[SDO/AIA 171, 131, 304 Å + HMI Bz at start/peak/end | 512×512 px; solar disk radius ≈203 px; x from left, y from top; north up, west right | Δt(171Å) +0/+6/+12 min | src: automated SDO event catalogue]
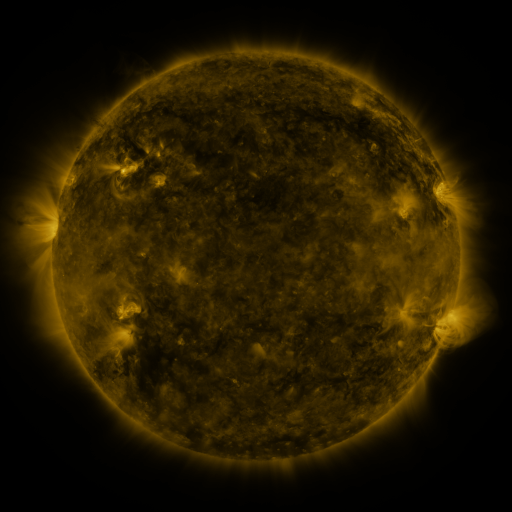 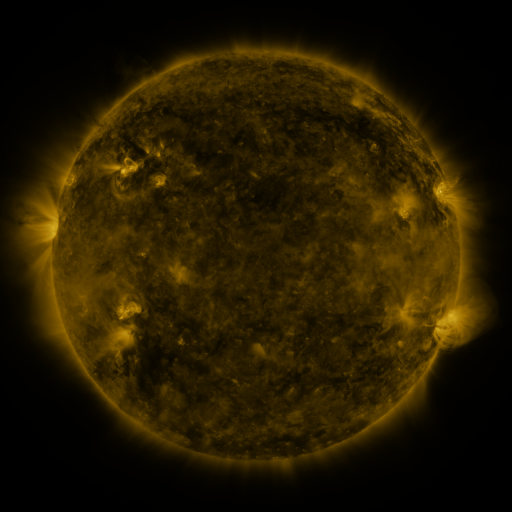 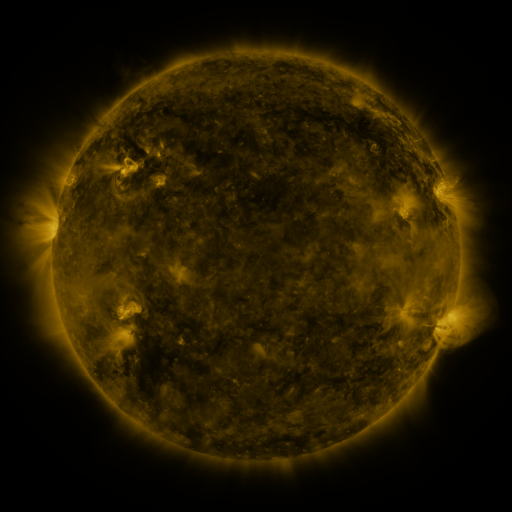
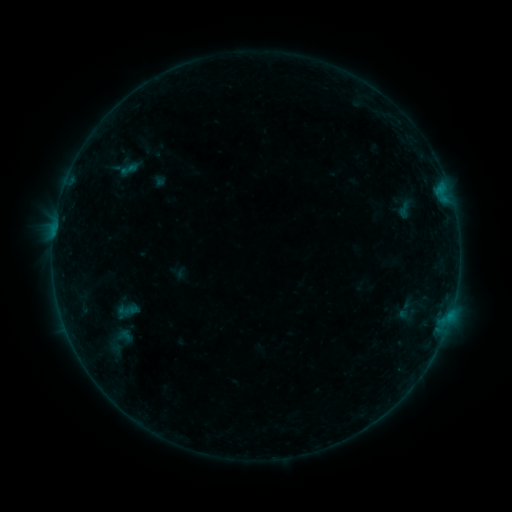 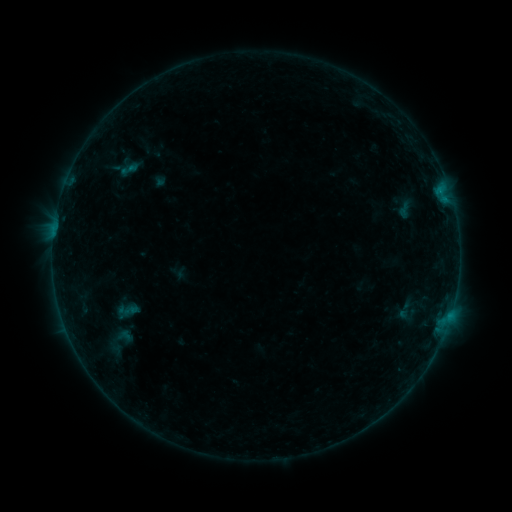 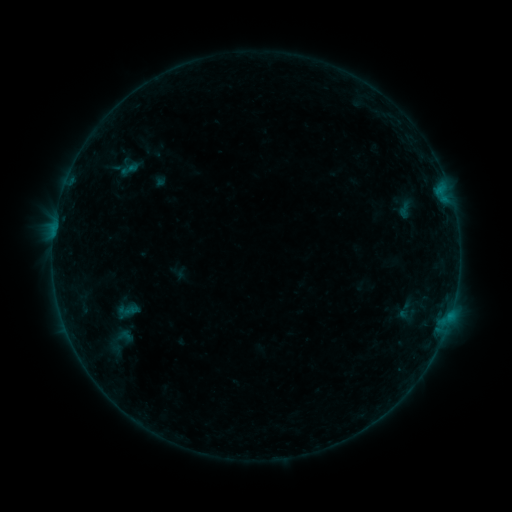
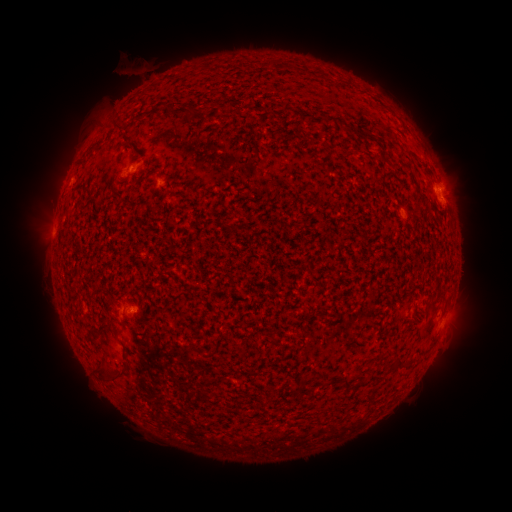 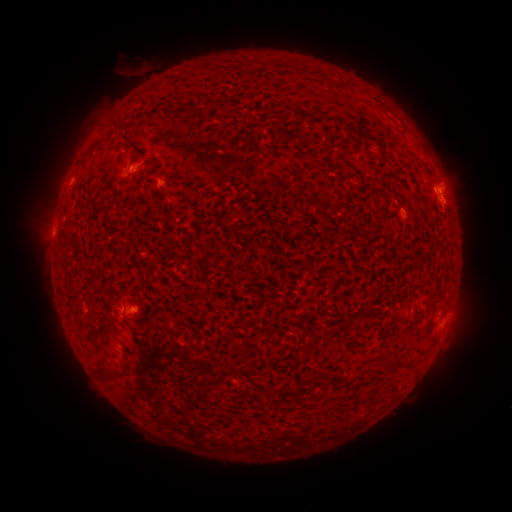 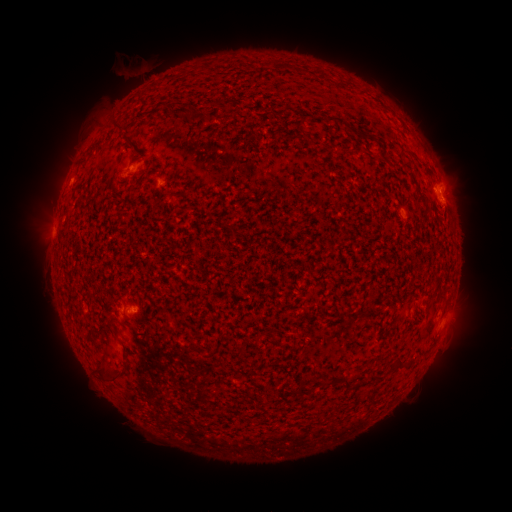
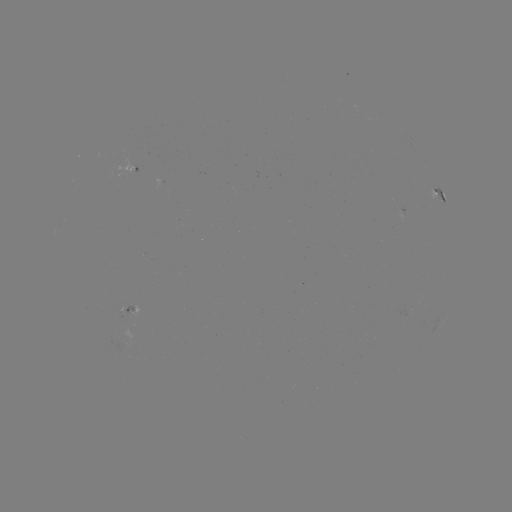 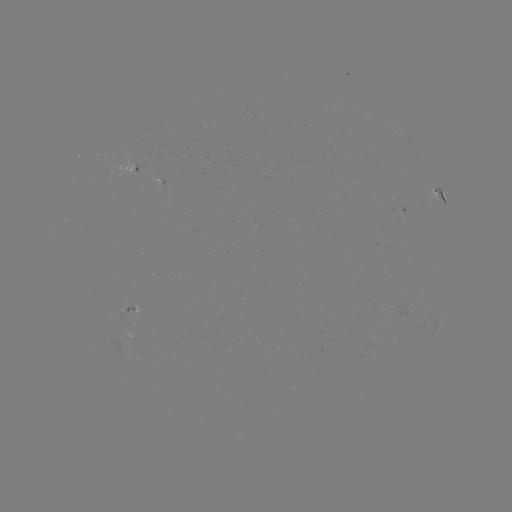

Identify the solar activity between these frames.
eruption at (127, 69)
